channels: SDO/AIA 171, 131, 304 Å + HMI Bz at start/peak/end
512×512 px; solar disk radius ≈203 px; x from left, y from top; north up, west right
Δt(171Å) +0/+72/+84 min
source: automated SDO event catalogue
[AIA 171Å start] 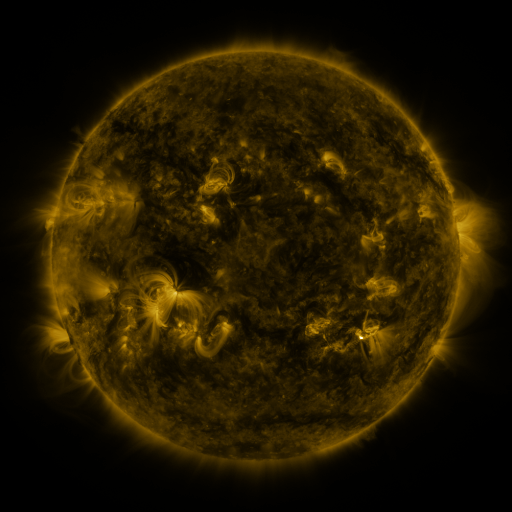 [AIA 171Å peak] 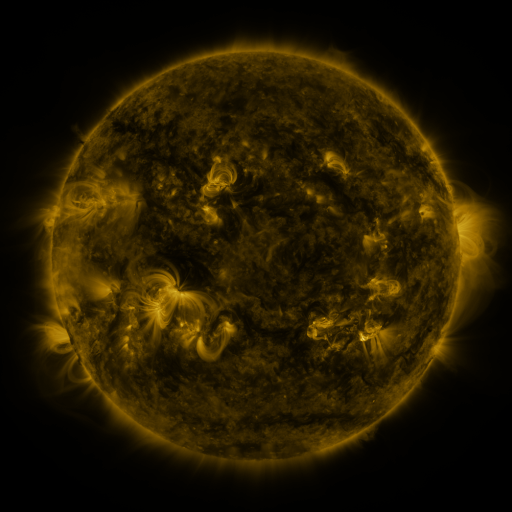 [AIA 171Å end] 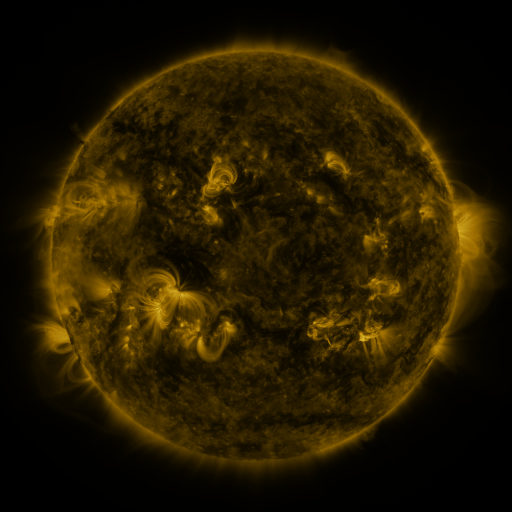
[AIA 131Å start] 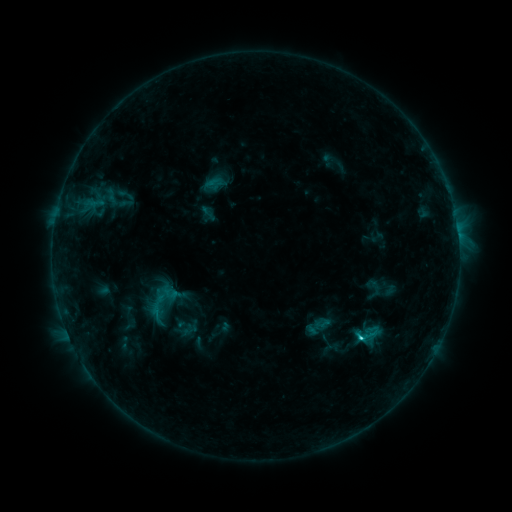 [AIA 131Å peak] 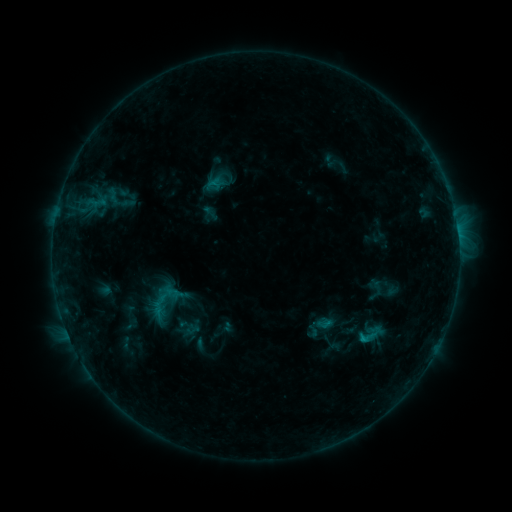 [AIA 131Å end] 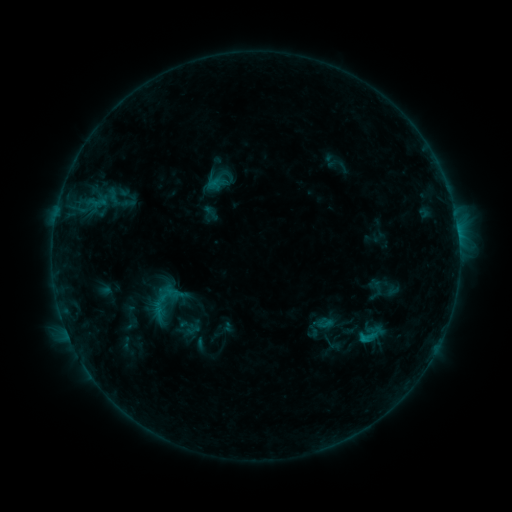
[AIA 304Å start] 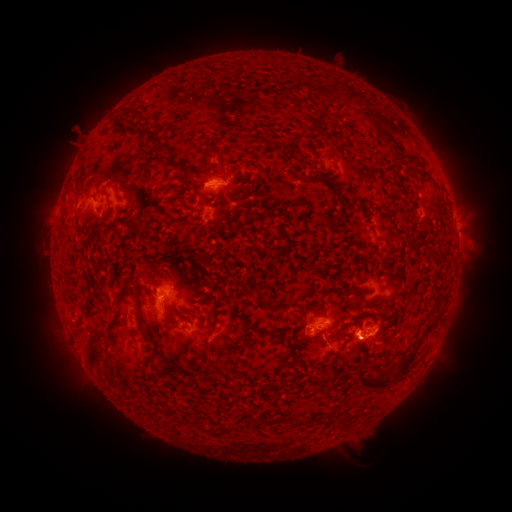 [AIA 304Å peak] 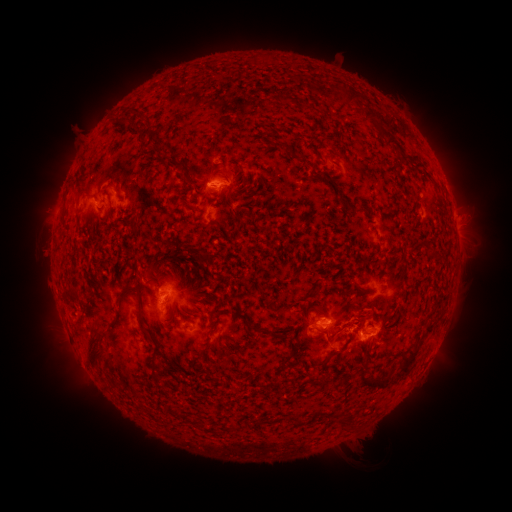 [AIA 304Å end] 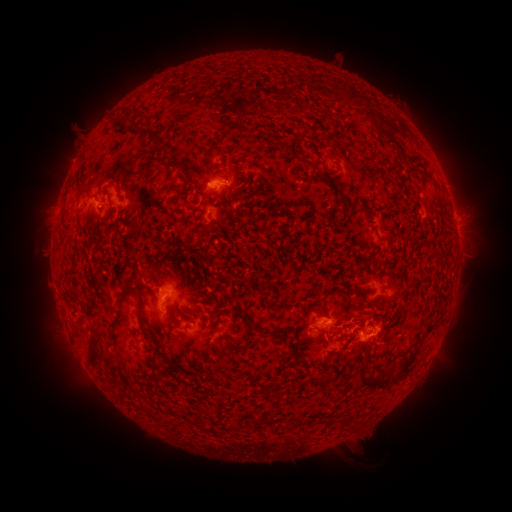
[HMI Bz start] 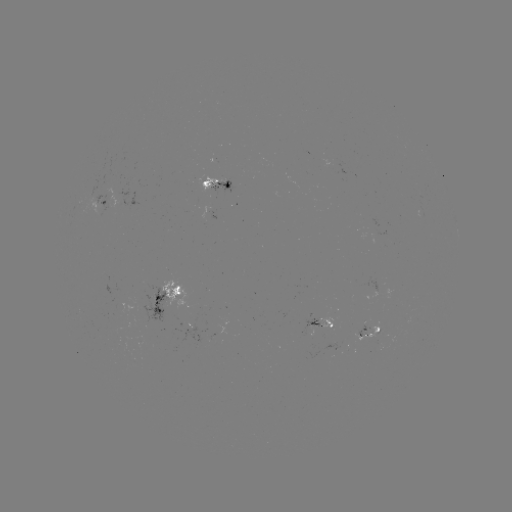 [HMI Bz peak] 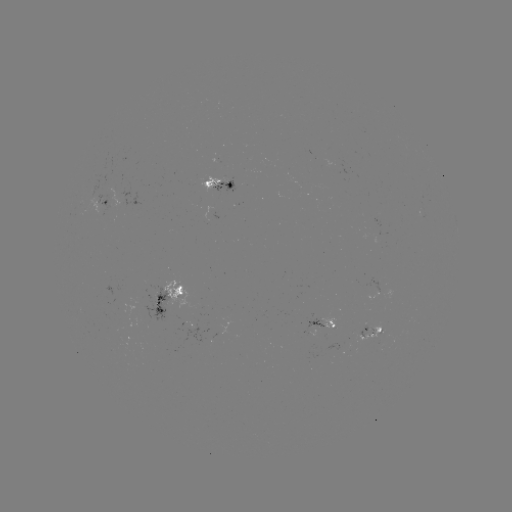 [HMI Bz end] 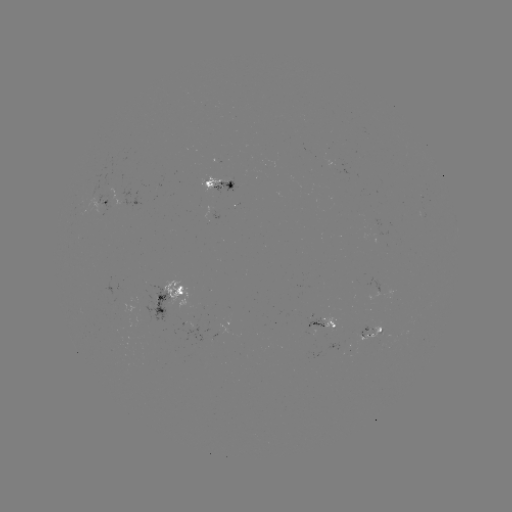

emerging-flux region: (302, 317, 322, 336)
